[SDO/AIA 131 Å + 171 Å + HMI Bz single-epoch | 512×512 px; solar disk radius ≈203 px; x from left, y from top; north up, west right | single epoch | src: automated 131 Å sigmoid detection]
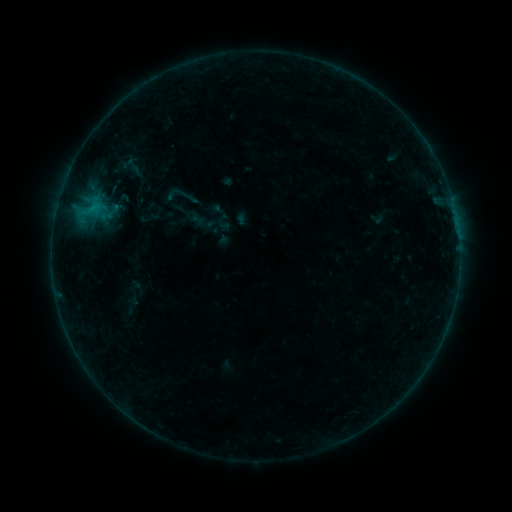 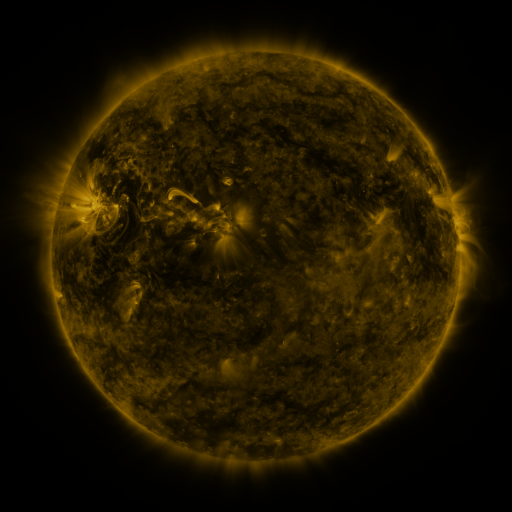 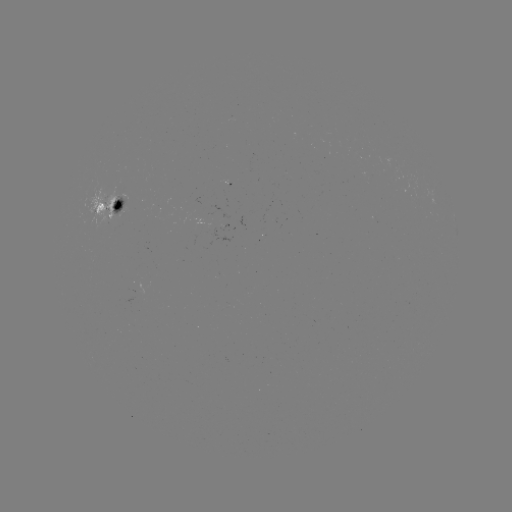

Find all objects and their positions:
sigmoid: <bbox>179, 186, 200, 207</bbox>
